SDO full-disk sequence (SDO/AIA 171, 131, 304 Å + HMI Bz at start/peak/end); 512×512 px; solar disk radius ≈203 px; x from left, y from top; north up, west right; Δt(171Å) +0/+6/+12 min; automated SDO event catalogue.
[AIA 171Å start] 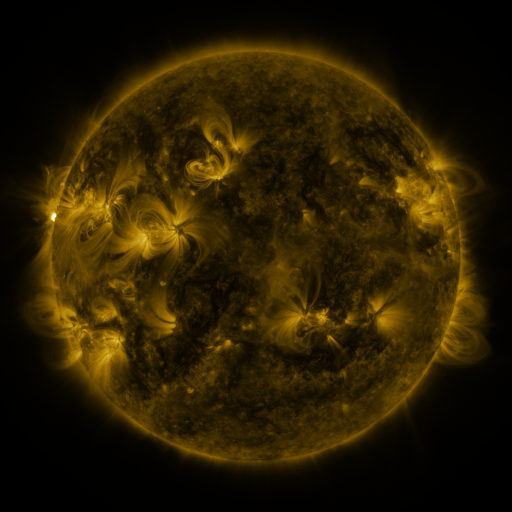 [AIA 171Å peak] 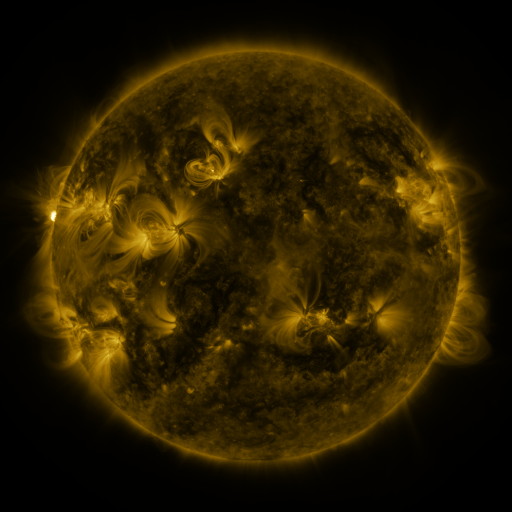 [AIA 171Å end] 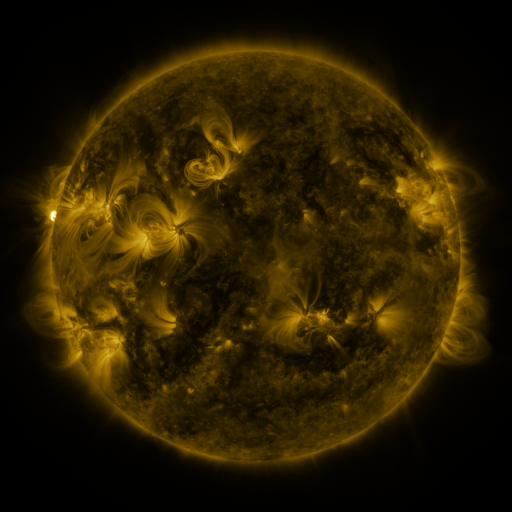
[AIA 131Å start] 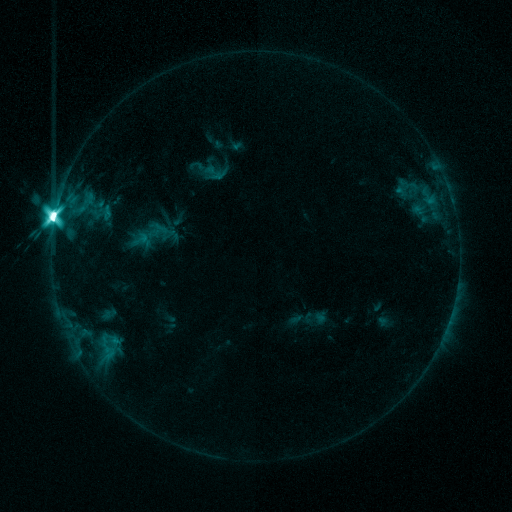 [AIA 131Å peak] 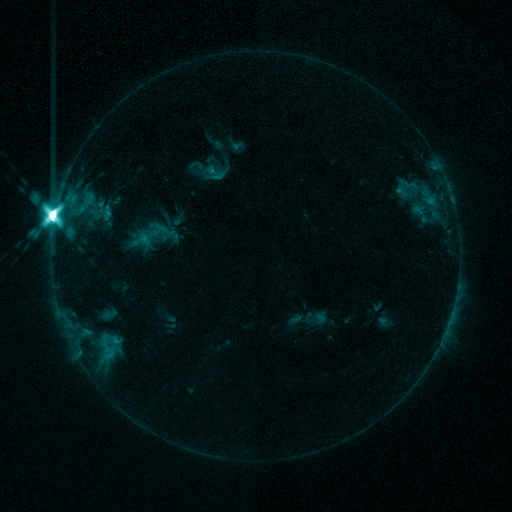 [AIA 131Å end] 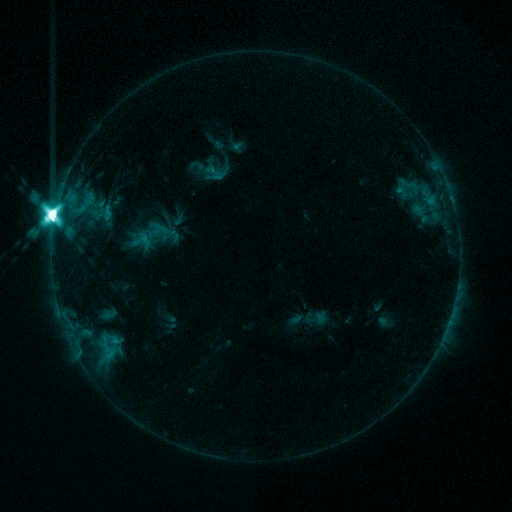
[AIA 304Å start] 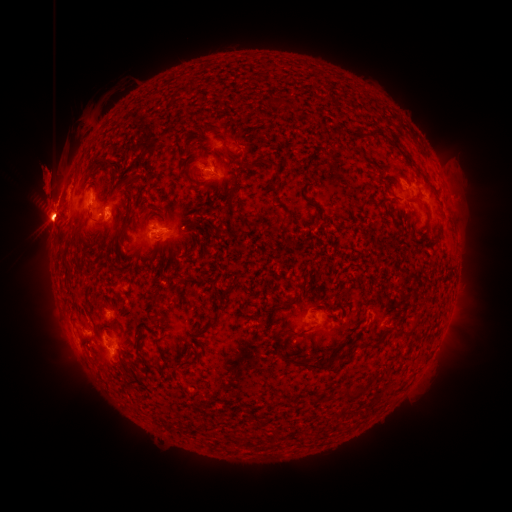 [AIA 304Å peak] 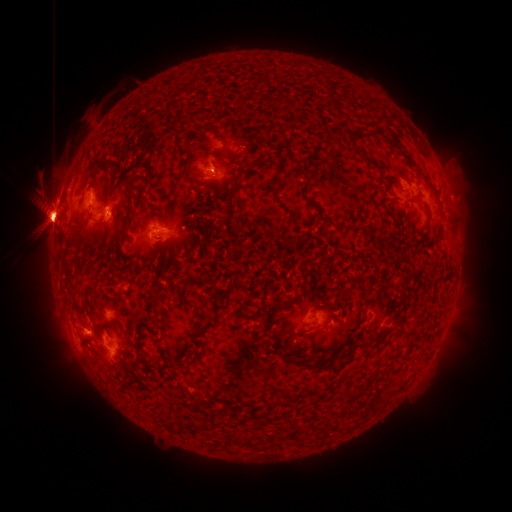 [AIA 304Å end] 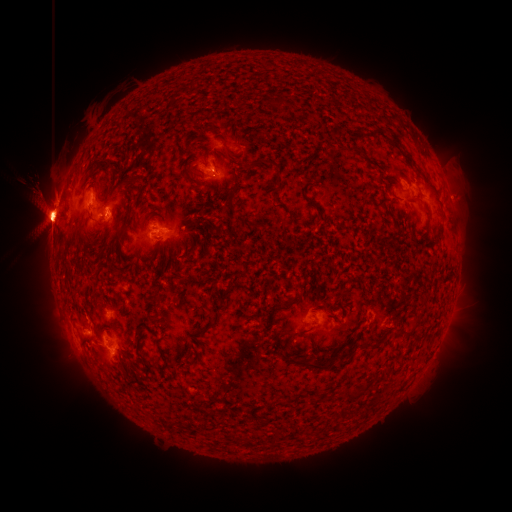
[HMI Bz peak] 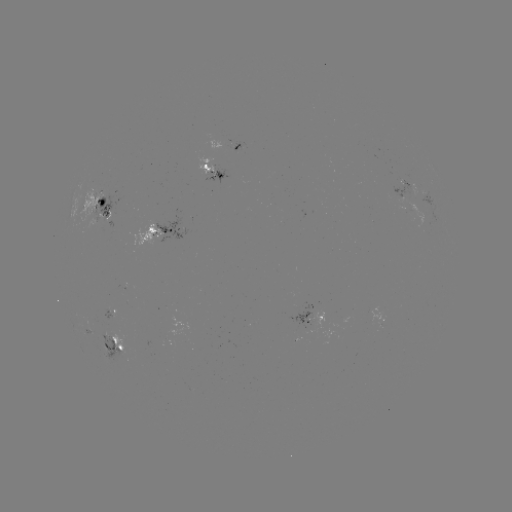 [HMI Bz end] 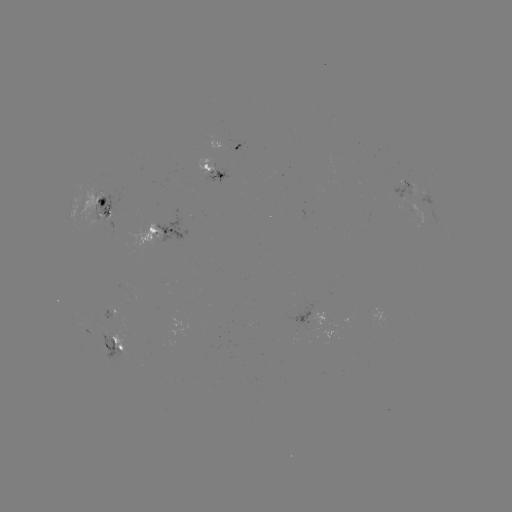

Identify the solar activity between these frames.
eruption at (451, 168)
